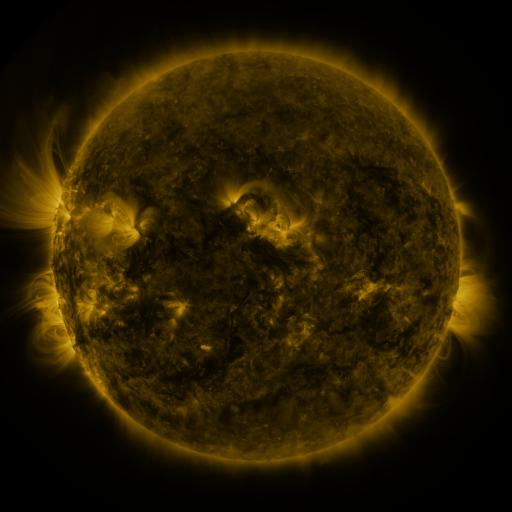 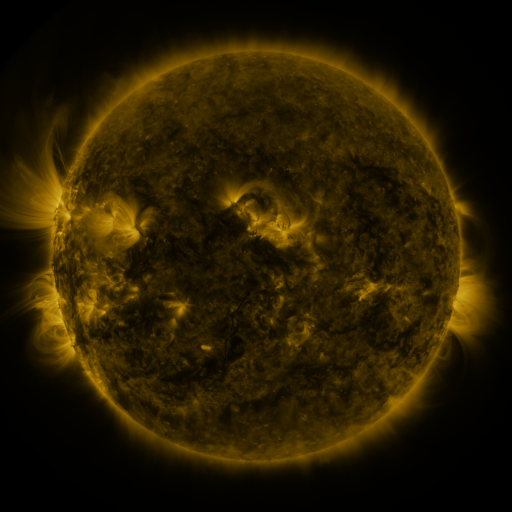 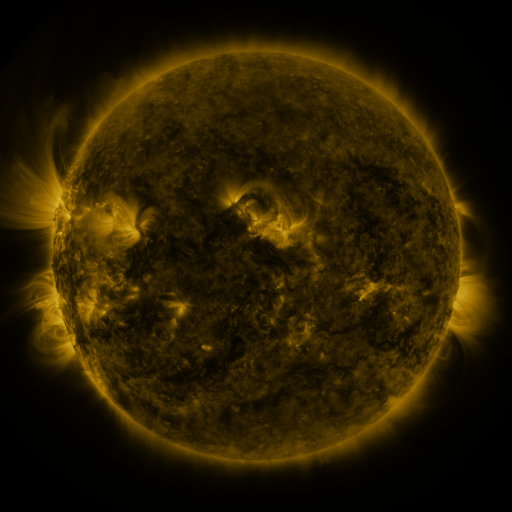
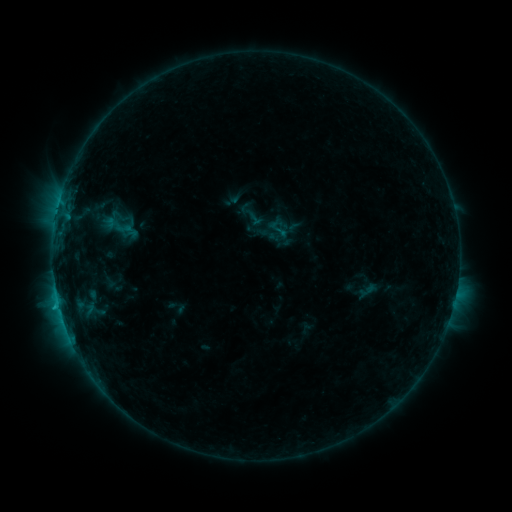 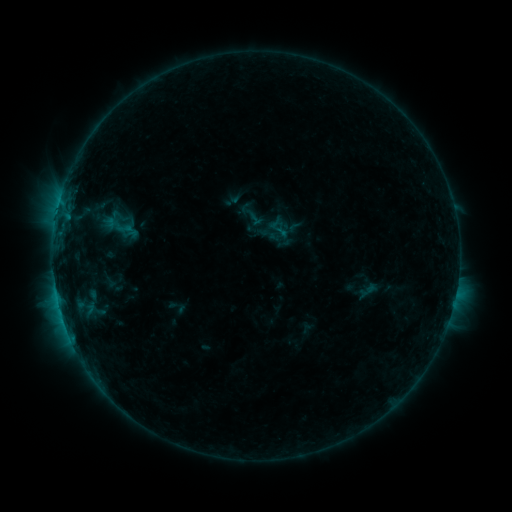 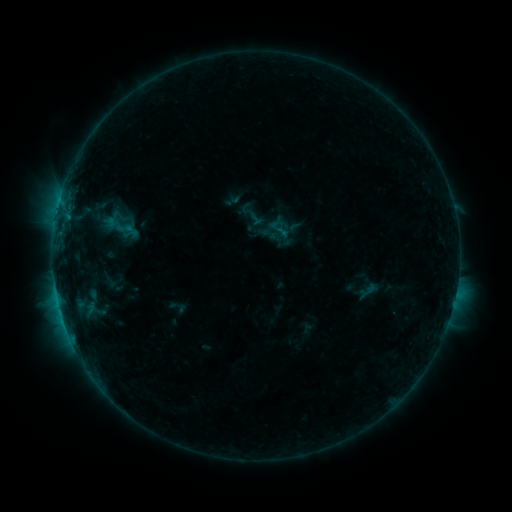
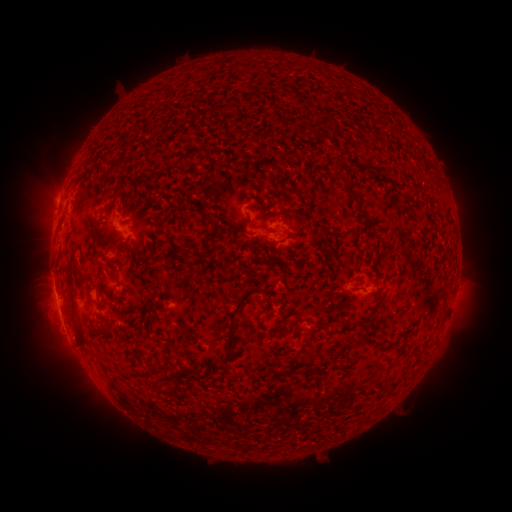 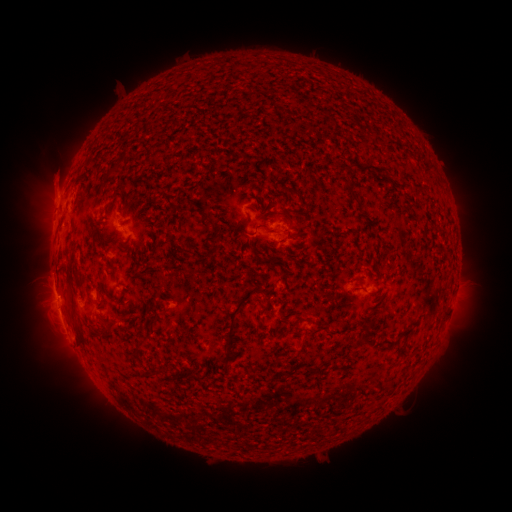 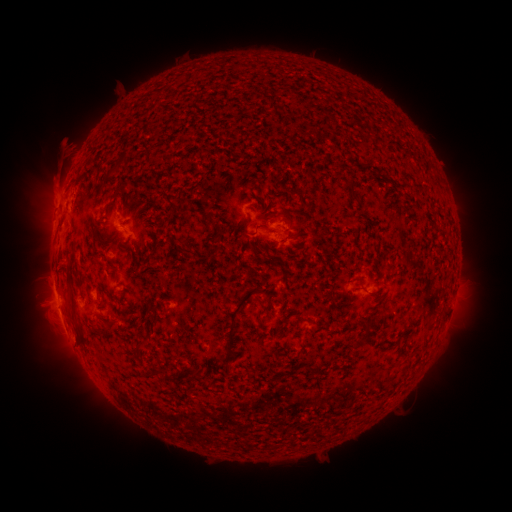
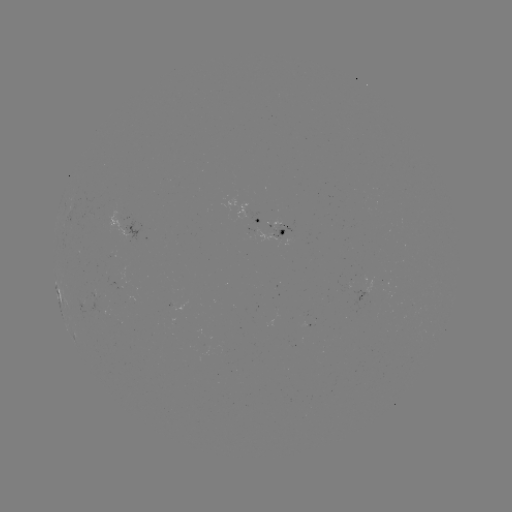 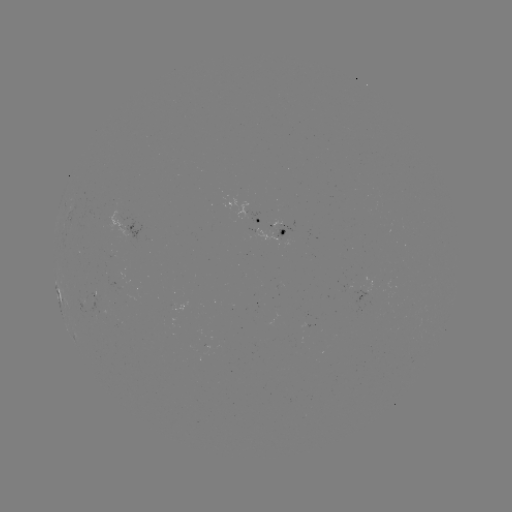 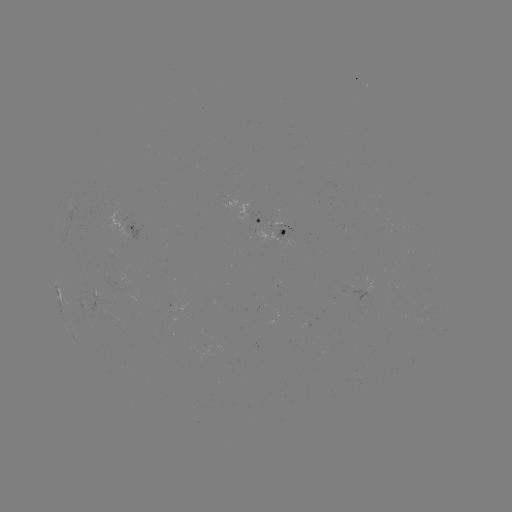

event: eruption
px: (53, 178)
